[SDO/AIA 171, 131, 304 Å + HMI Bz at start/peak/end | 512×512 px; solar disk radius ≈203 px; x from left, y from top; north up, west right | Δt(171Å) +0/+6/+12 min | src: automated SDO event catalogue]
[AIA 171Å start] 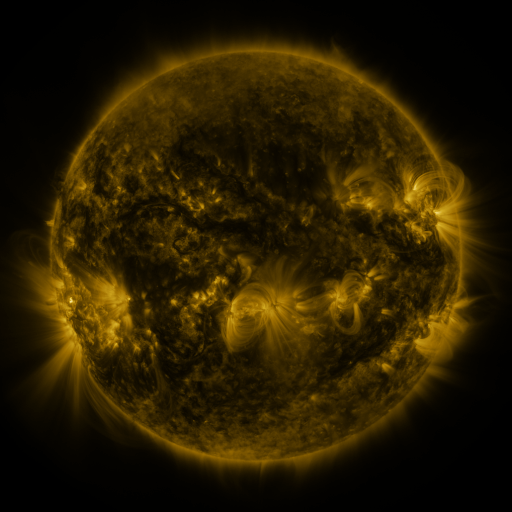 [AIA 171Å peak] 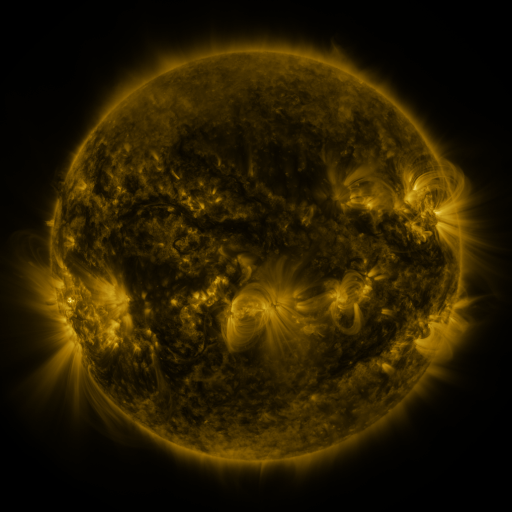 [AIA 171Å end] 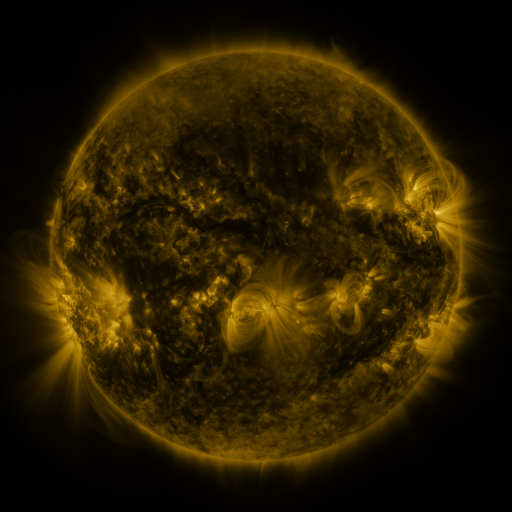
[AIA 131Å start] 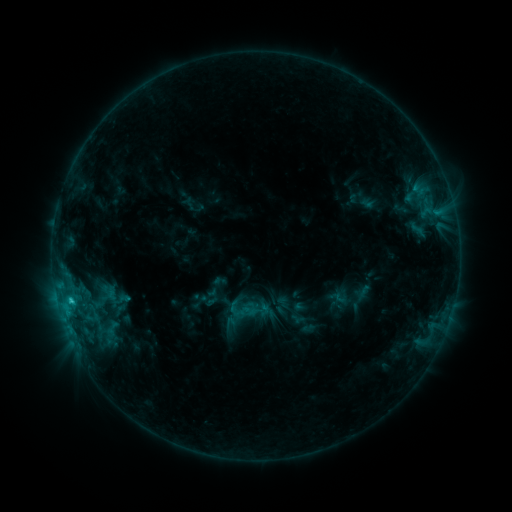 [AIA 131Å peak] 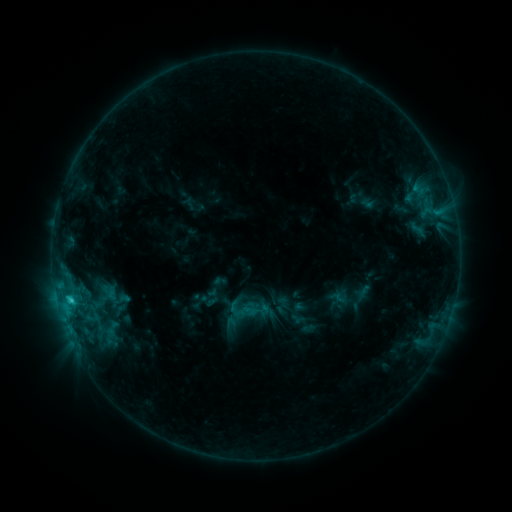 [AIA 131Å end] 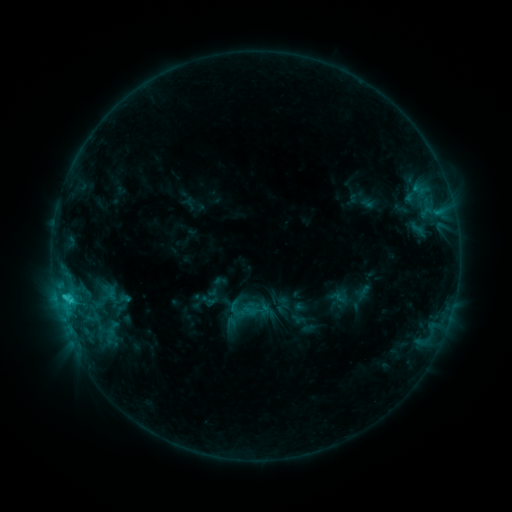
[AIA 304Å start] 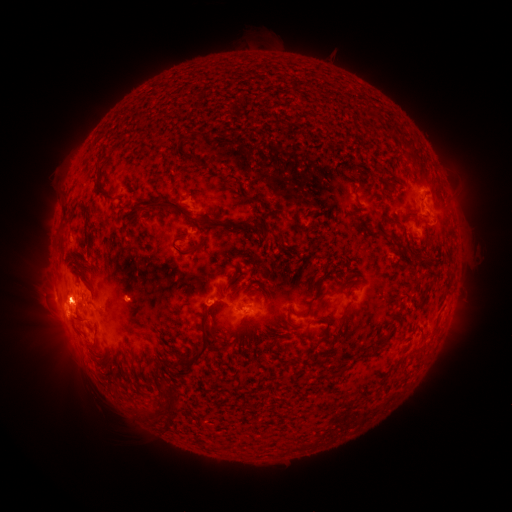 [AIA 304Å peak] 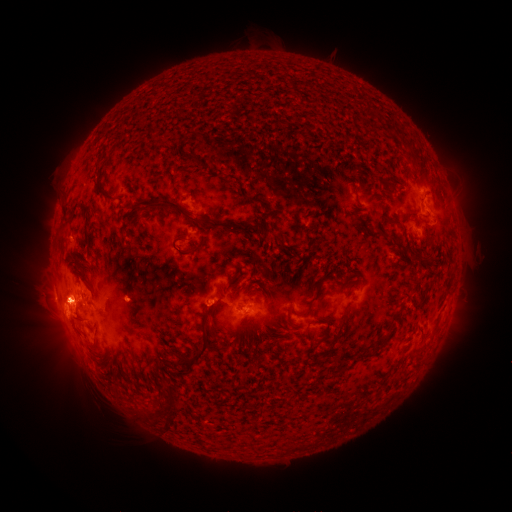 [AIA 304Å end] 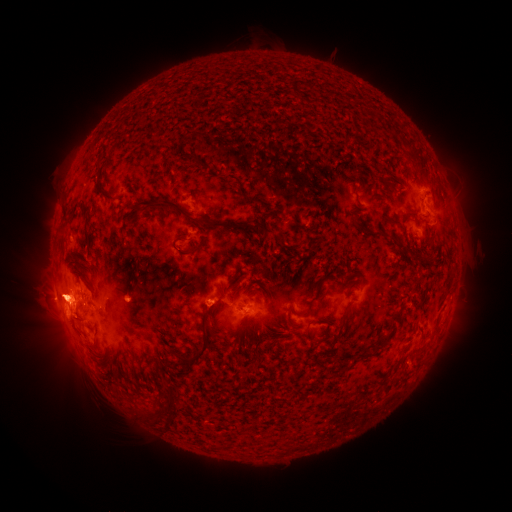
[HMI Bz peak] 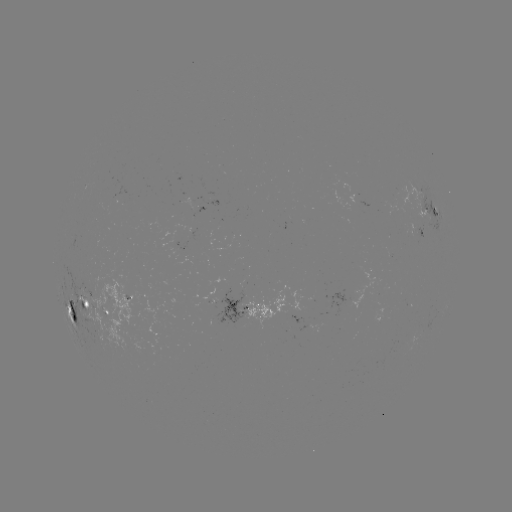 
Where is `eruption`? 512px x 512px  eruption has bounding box [28, 275, 81, 322].